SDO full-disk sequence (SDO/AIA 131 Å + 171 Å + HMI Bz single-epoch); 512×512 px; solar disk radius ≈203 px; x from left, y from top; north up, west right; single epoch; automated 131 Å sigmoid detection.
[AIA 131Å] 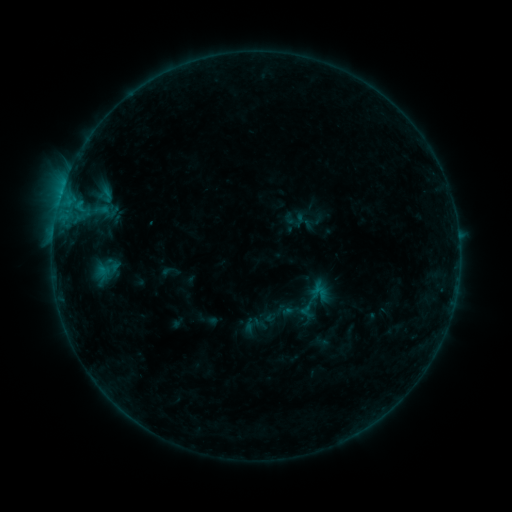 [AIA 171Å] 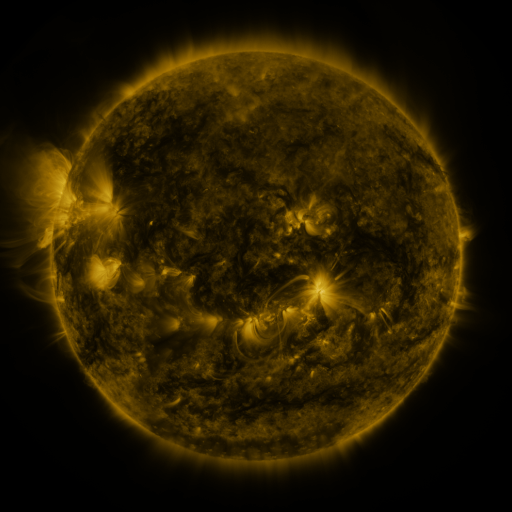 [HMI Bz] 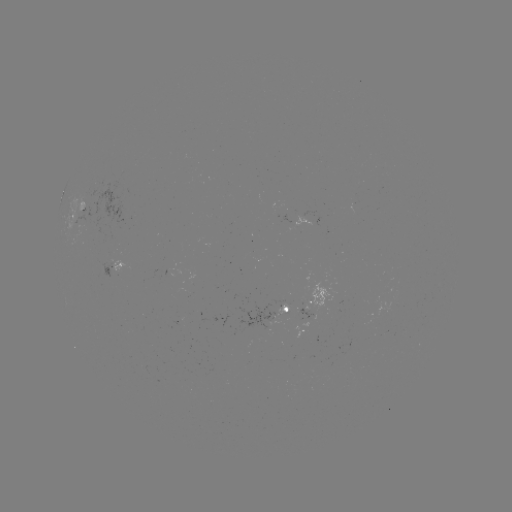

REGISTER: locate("sigmoid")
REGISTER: (107, 195)